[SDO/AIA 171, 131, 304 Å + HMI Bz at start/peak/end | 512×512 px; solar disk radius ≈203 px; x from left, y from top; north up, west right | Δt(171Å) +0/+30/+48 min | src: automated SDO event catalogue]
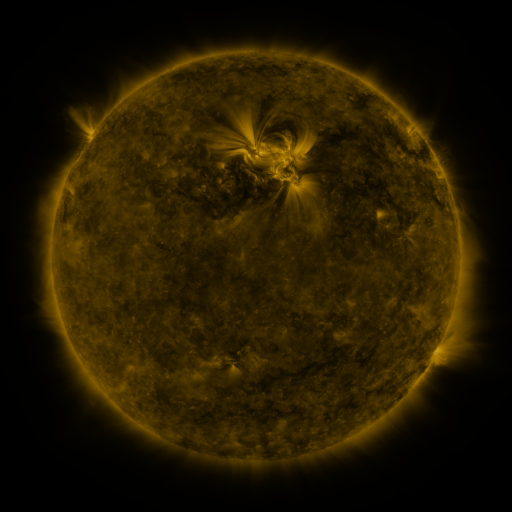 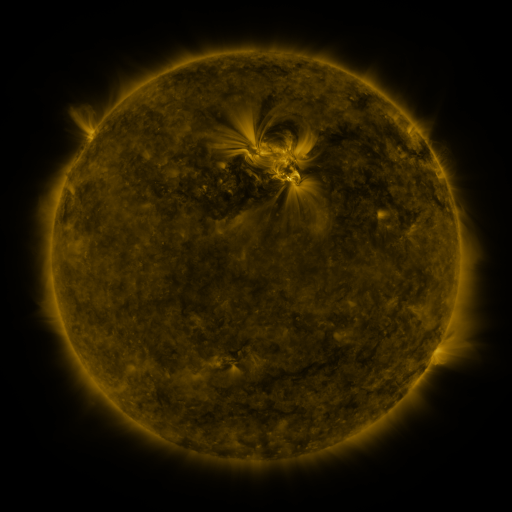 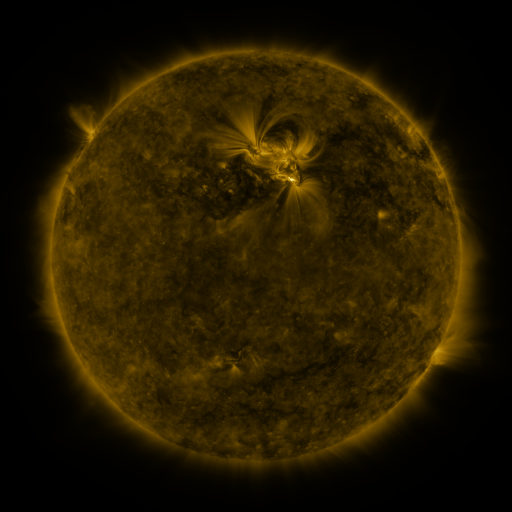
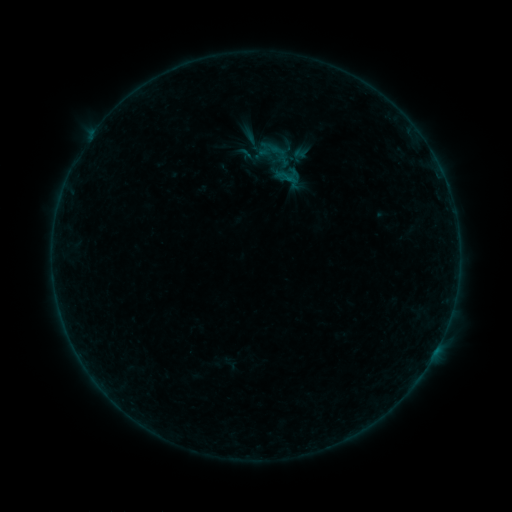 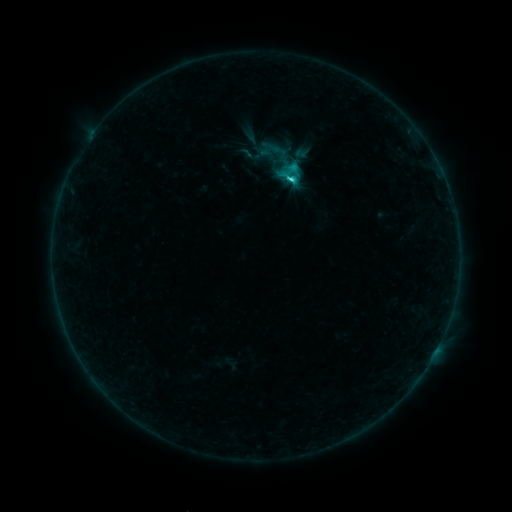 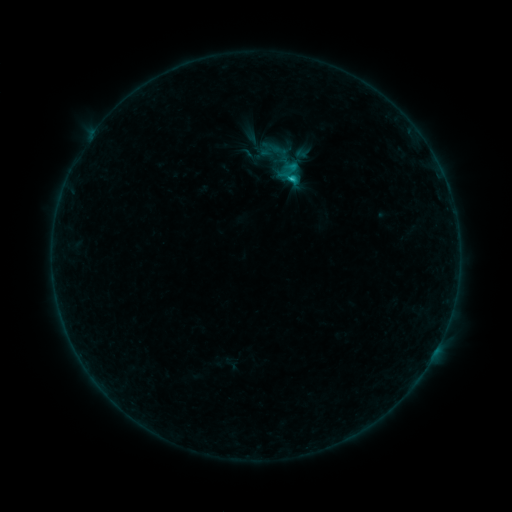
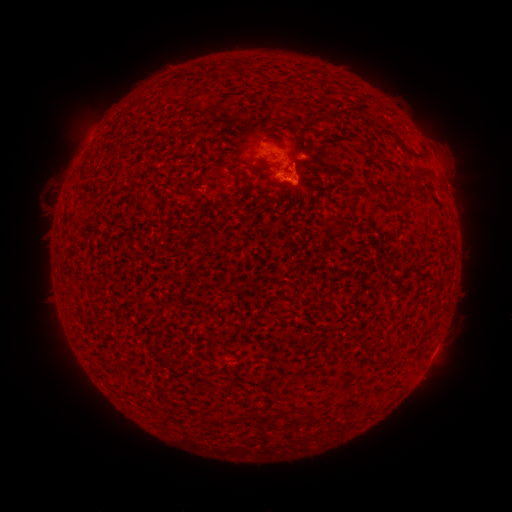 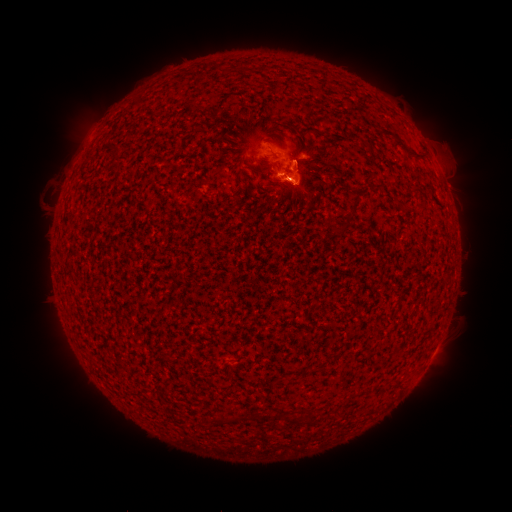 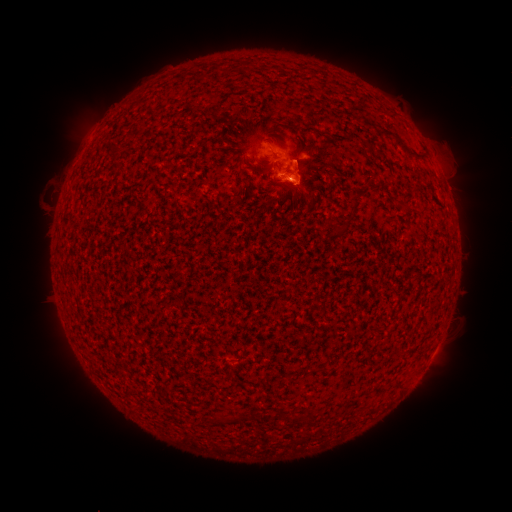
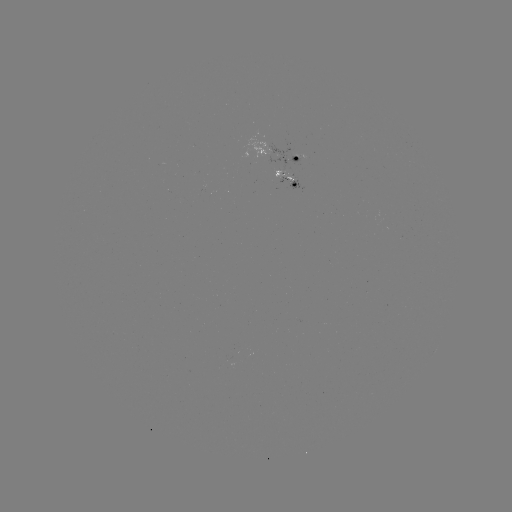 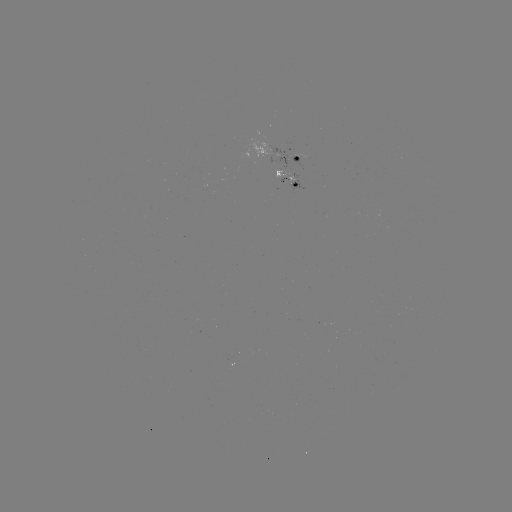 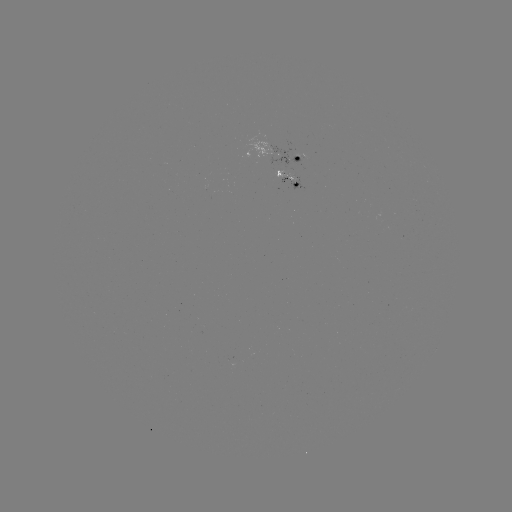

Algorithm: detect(C2.4 flare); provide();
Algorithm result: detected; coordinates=(286, 182)